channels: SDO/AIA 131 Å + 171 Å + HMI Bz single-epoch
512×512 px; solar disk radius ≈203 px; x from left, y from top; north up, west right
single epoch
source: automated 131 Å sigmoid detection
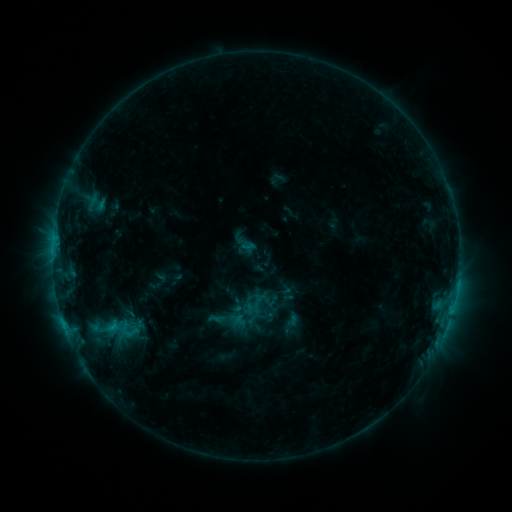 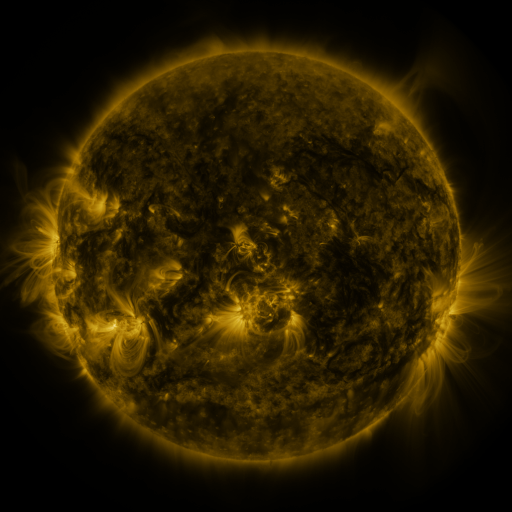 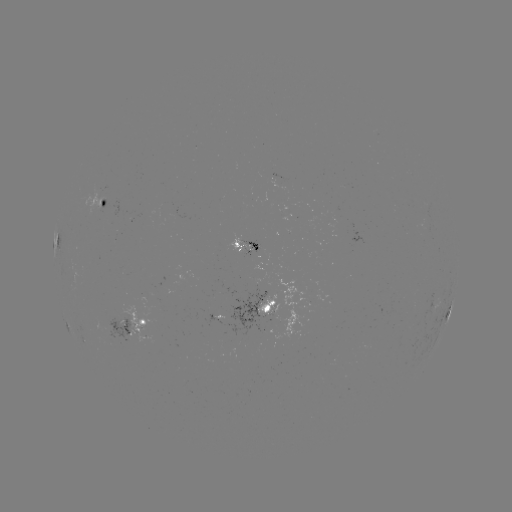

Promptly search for sigmoid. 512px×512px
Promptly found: (236, 305).